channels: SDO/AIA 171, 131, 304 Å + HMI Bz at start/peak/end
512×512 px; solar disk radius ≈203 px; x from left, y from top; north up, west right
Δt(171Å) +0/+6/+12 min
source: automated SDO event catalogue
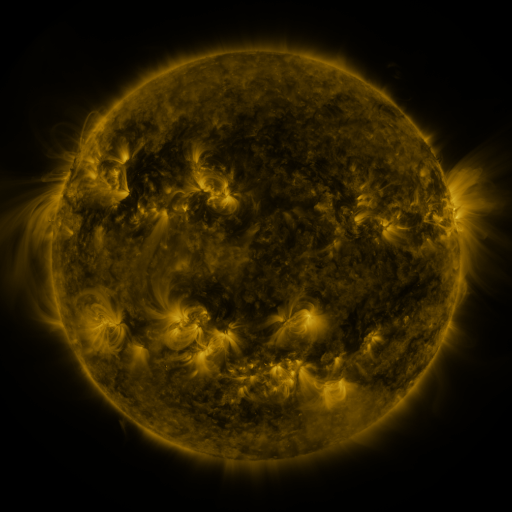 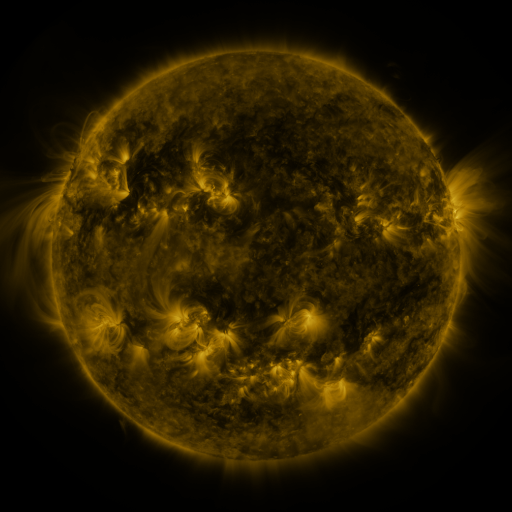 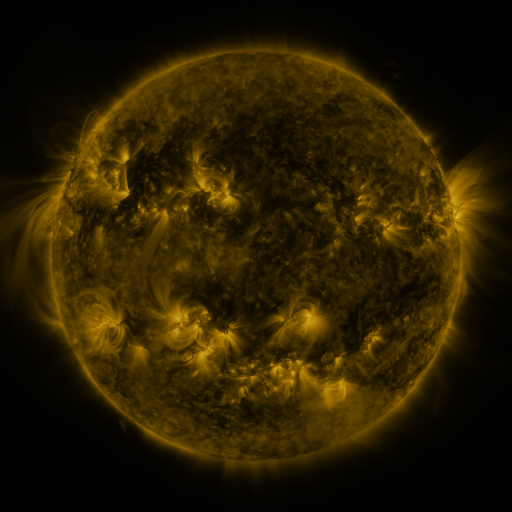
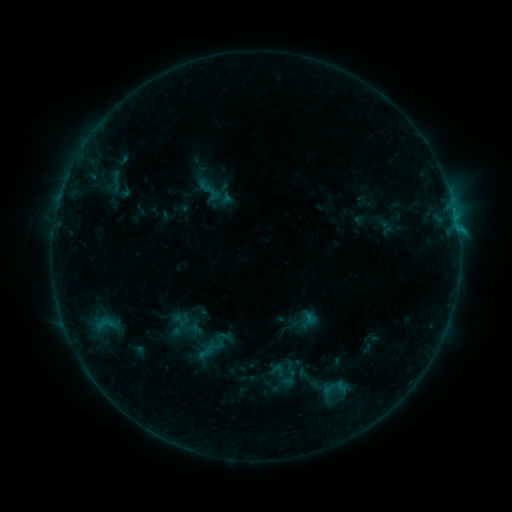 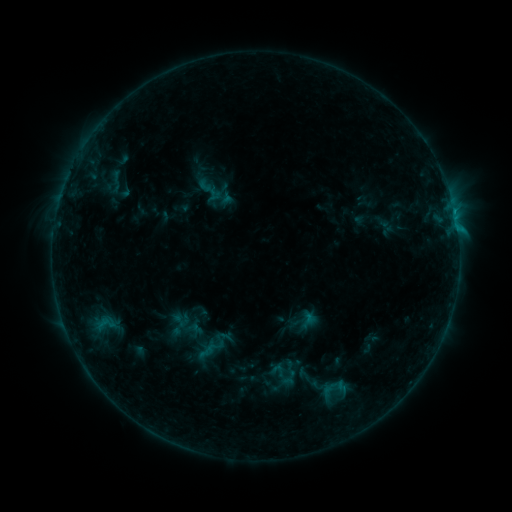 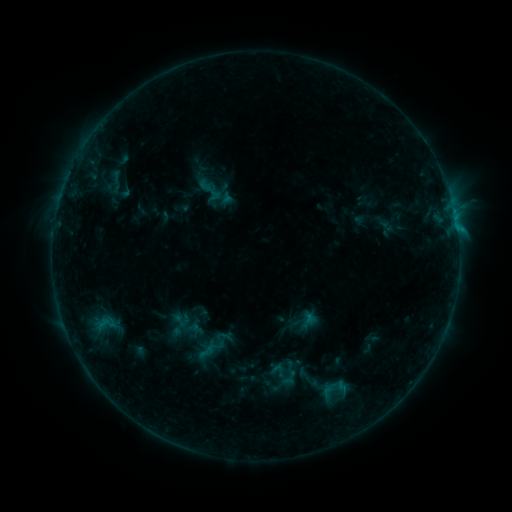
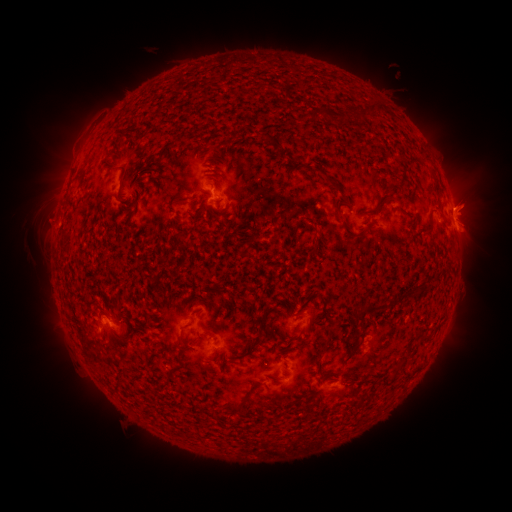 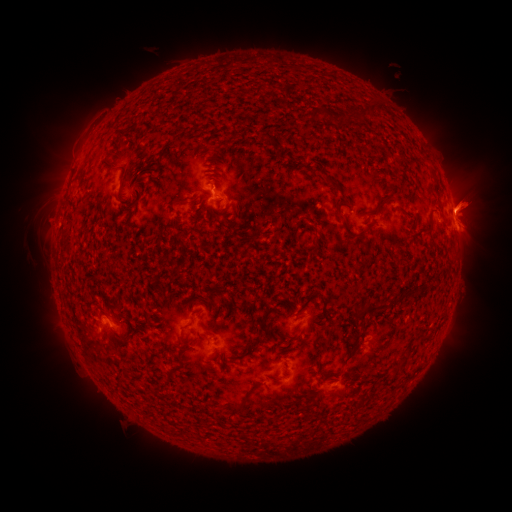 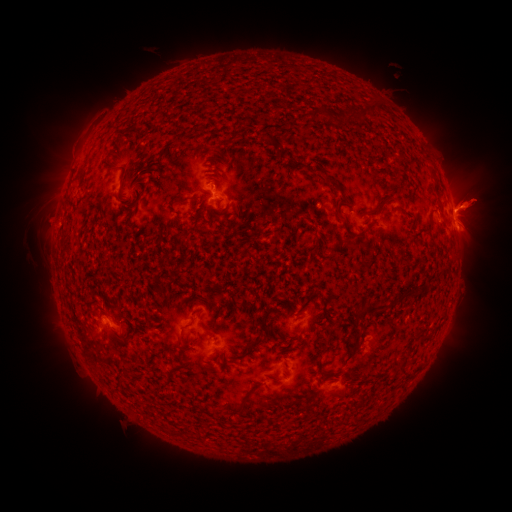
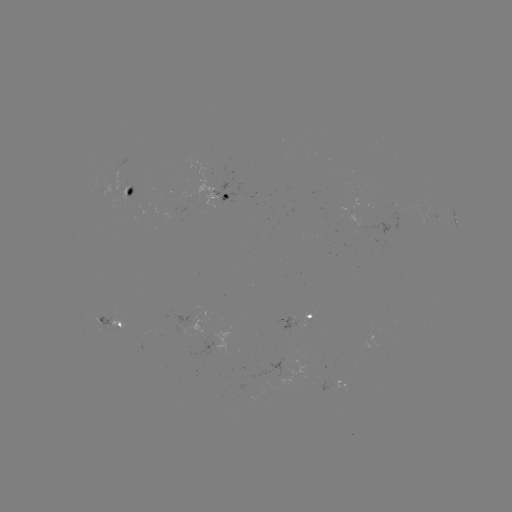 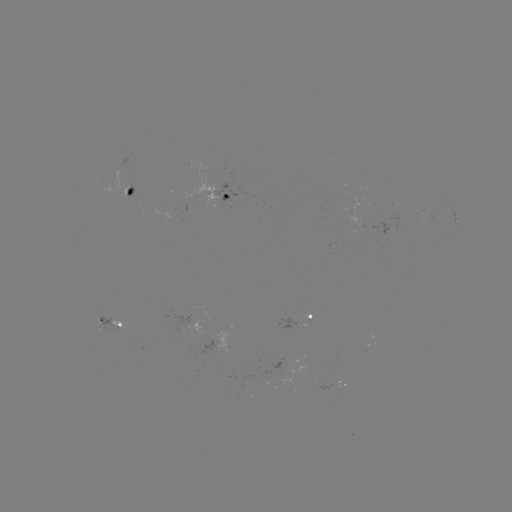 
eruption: [442, 173, 502, 227]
